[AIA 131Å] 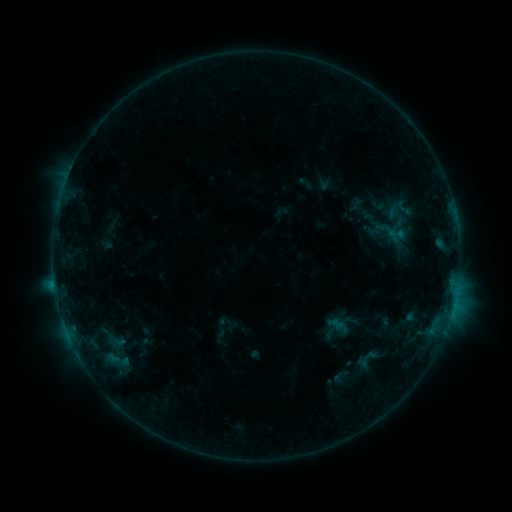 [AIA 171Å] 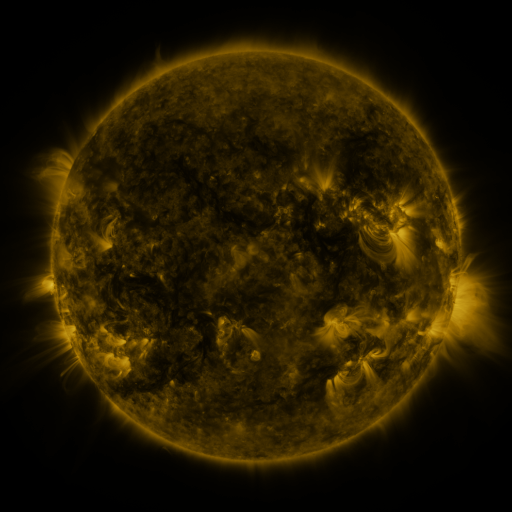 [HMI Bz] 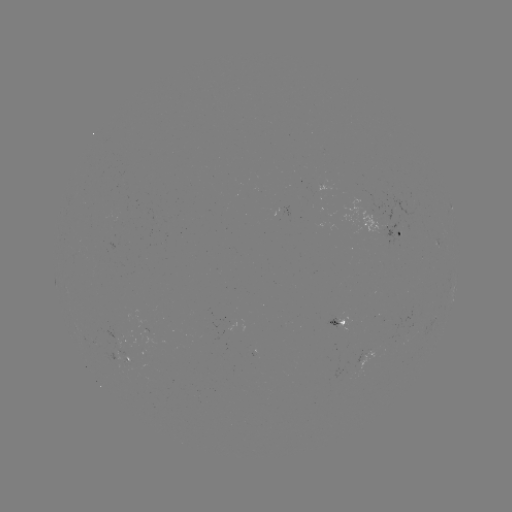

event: sigmoid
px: (403, 208)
